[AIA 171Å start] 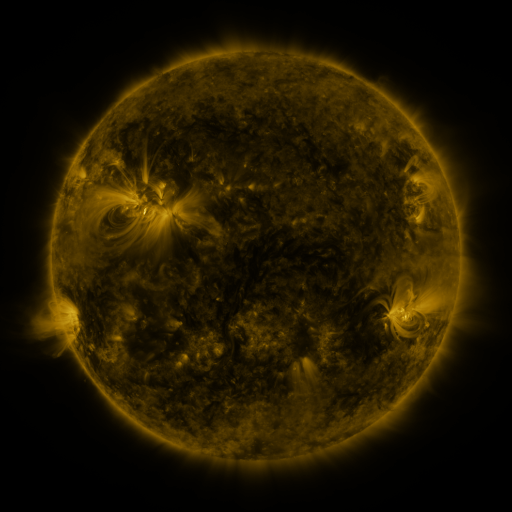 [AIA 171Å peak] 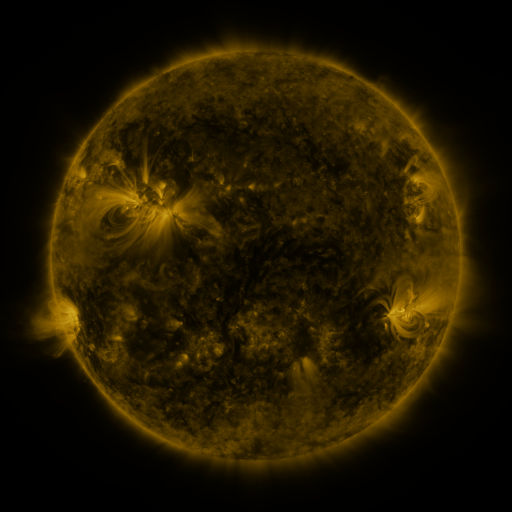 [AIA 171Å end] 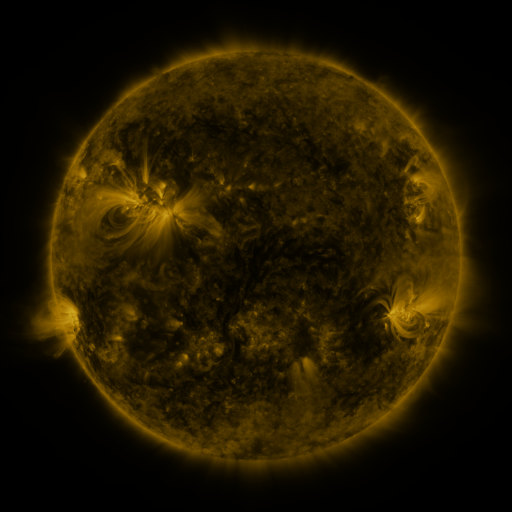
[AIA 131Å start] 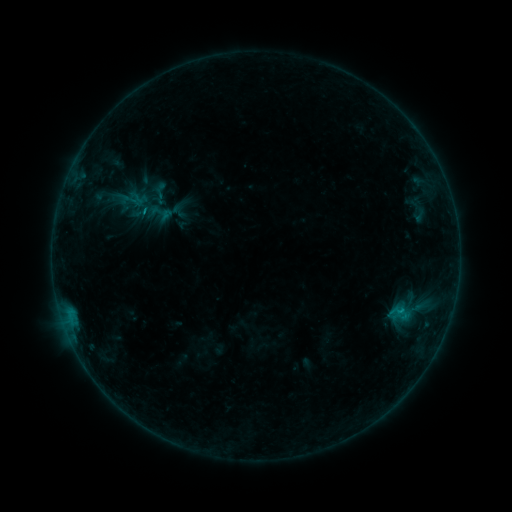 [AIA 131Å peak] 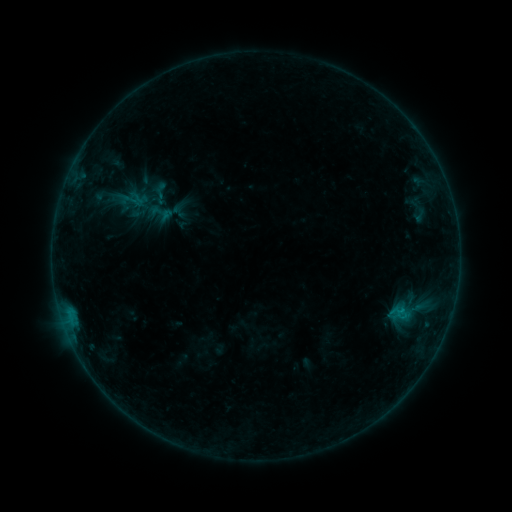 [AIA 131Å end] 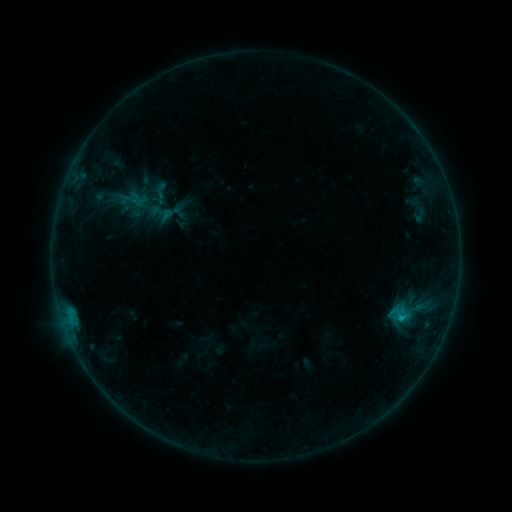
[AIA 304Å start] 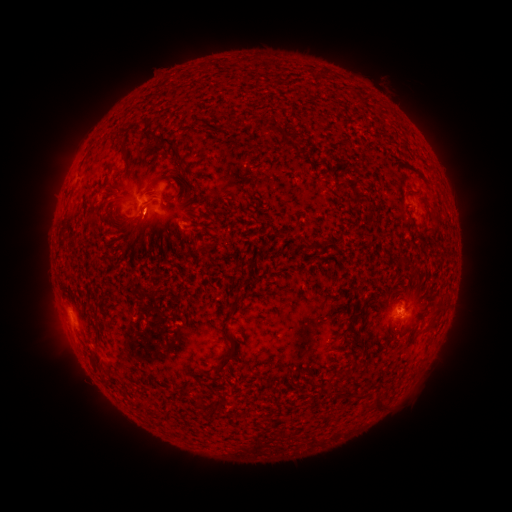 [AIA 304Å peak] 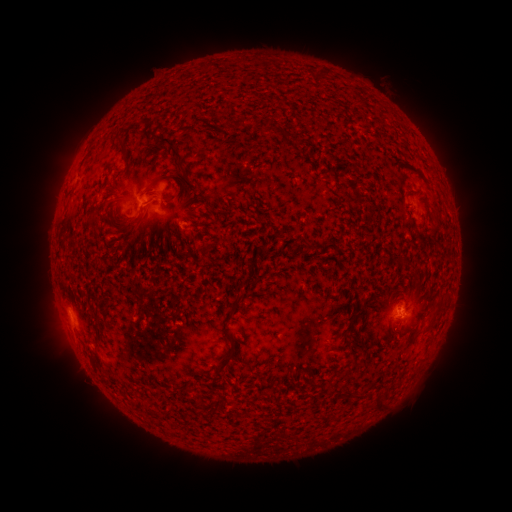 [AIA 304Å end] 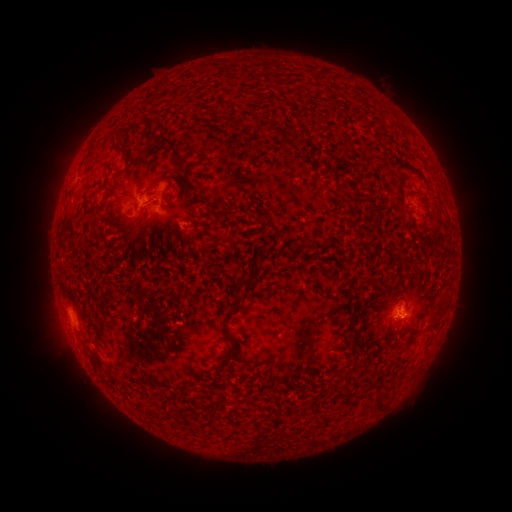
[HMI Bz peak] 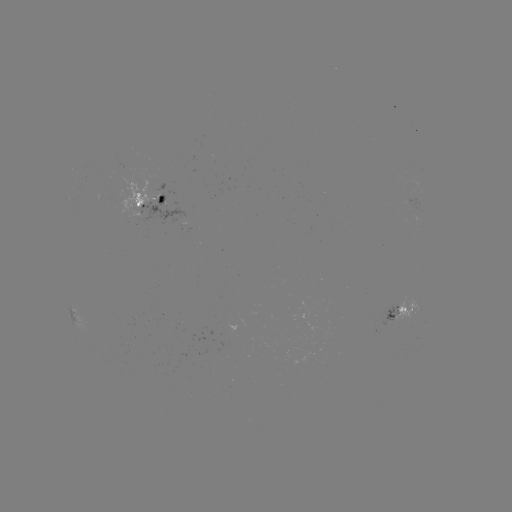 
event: flare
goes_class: C1.4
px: (400, 308)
